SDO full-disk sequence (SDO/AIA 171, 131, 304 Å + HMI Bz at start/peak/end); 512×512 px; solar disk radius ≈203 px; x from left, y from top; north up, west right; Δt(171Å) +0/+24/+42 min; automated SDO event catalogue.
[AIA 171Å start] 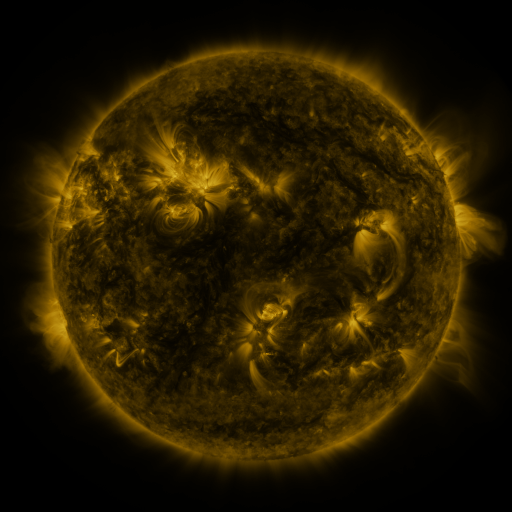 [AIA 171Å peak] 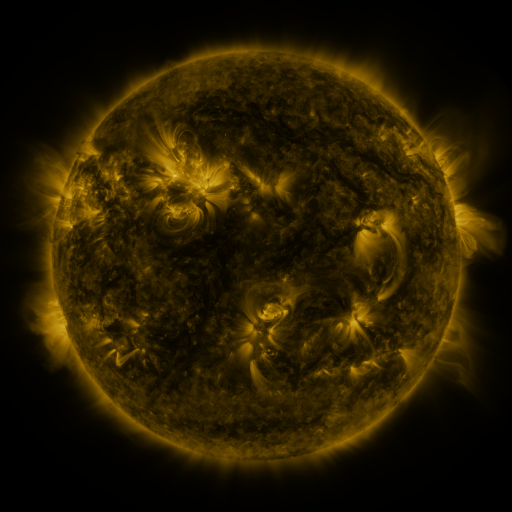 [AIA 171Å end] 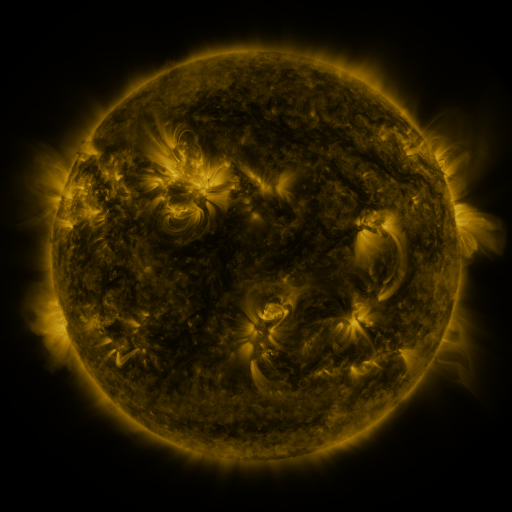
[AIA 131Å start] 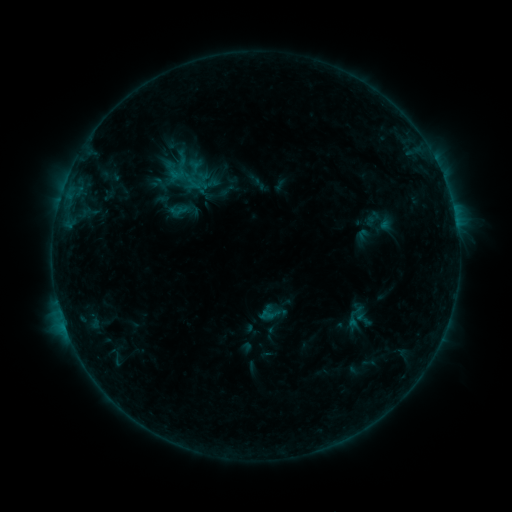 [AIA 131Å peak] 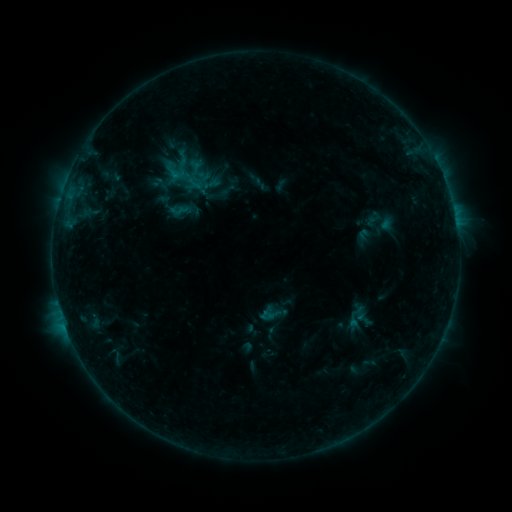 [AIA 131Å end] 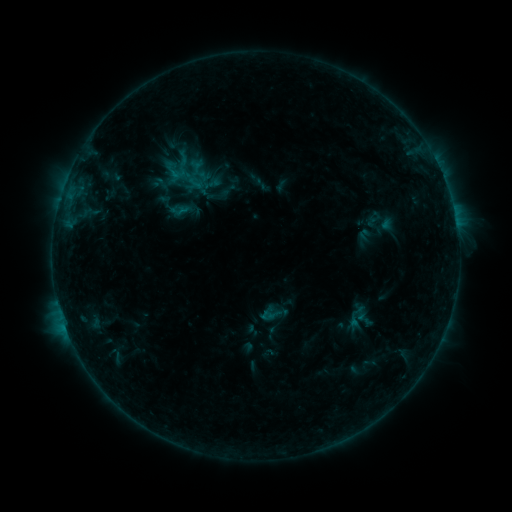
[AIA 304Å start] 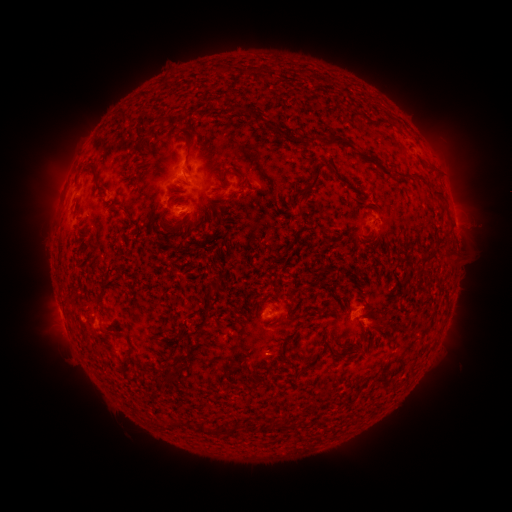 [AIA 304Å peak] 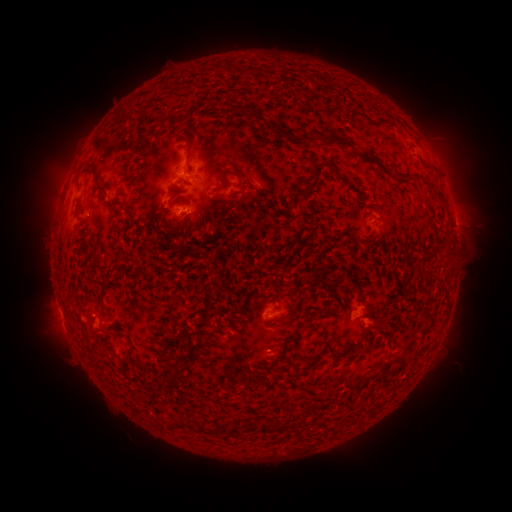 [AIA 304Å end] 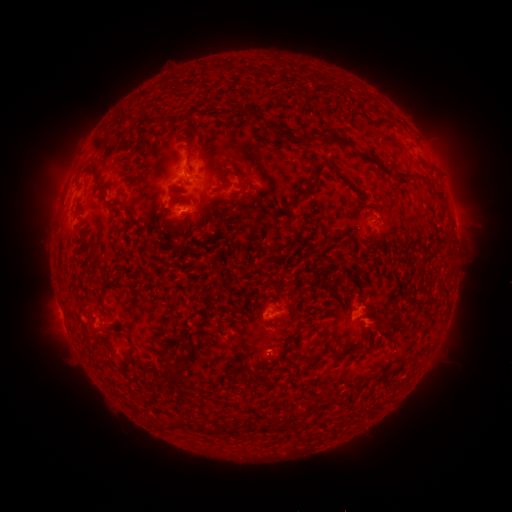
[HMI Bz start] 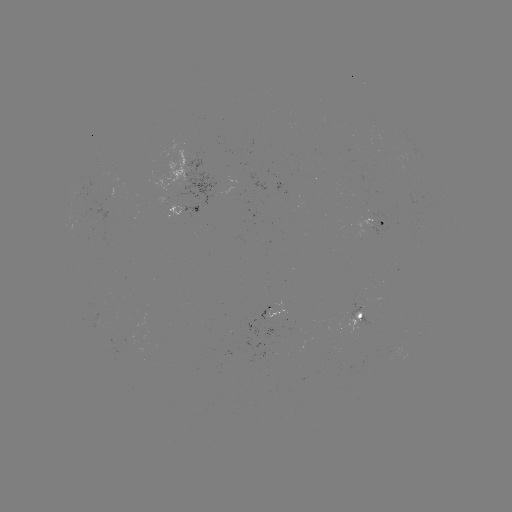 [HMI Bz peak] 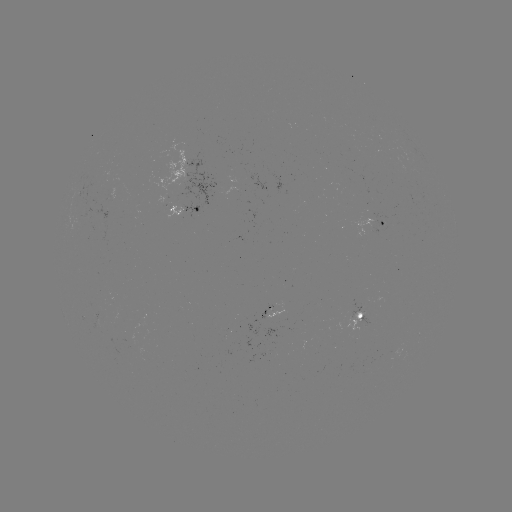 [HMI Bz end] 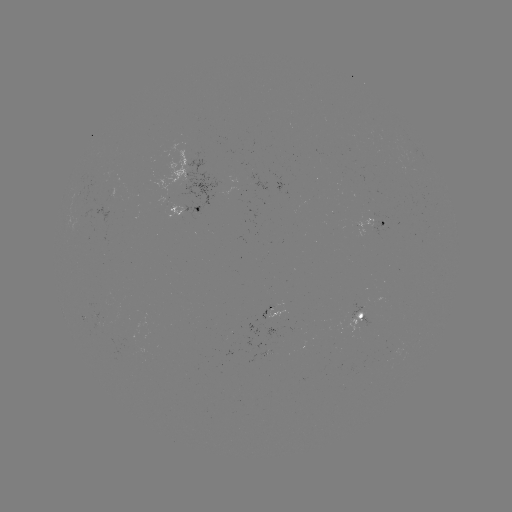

no catalogued flare and no flagged EUV brightening in this window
